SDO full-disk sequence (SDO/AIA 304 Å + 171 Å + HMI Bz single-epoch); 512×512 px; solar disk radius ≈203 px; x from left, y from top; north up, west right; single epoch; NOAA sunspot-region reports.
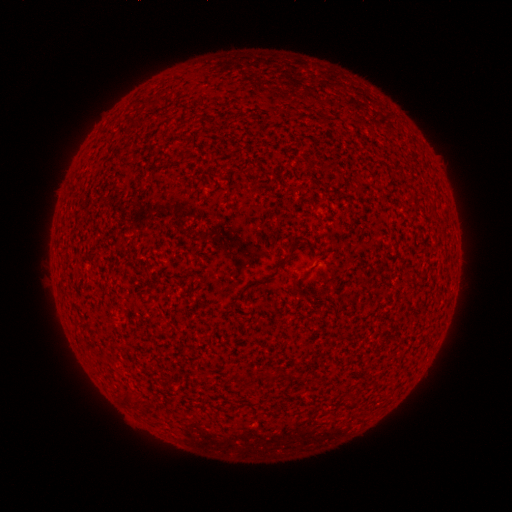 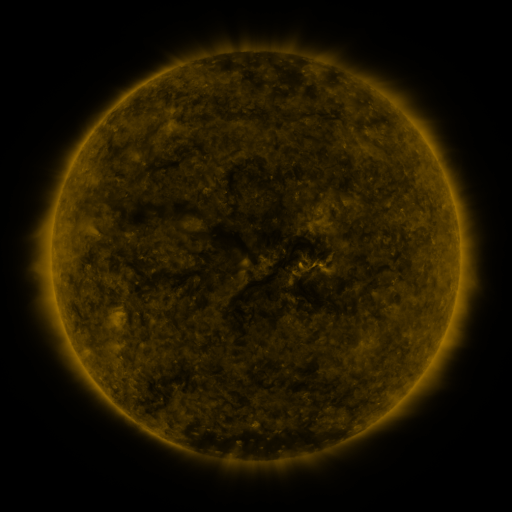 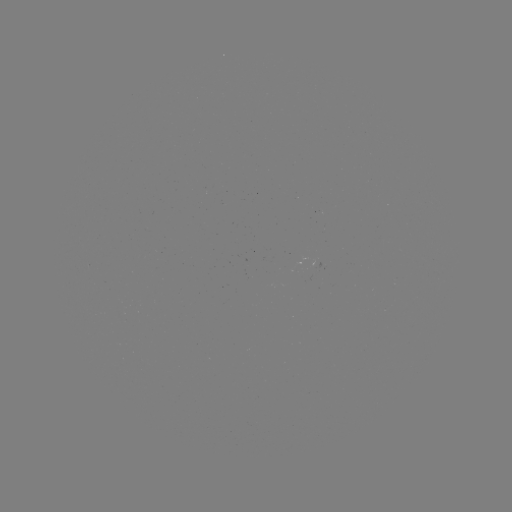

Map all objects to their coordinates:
(none)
